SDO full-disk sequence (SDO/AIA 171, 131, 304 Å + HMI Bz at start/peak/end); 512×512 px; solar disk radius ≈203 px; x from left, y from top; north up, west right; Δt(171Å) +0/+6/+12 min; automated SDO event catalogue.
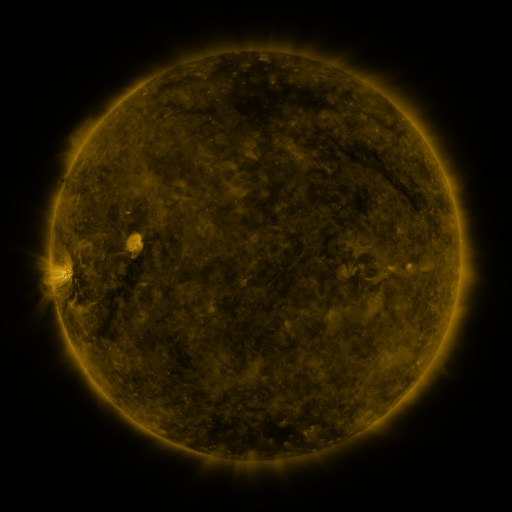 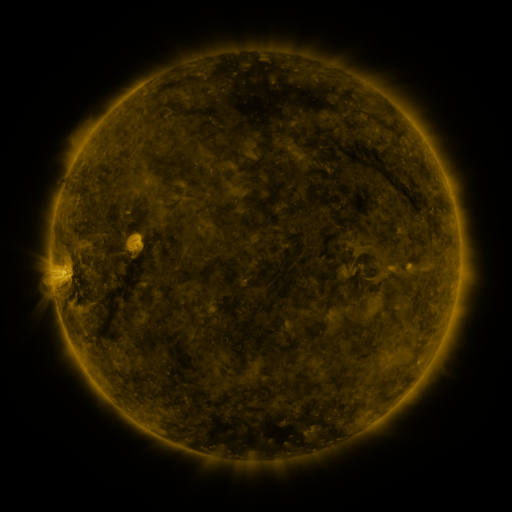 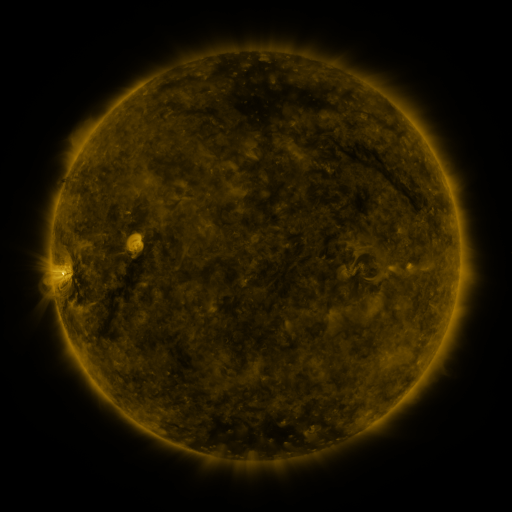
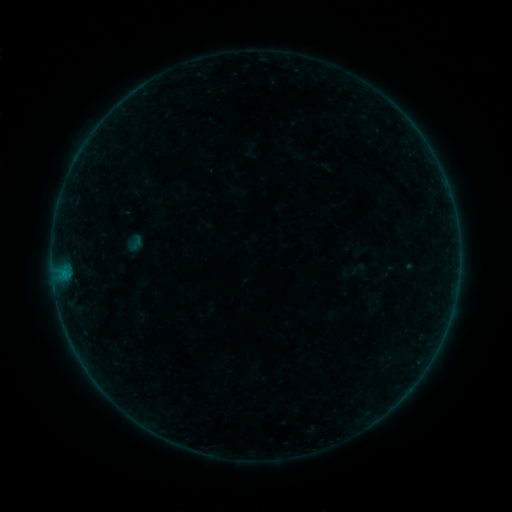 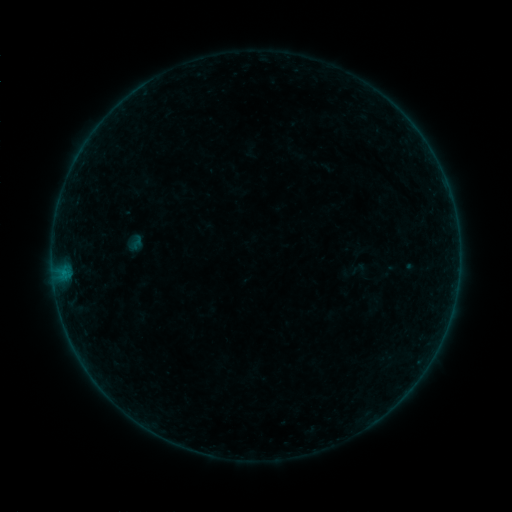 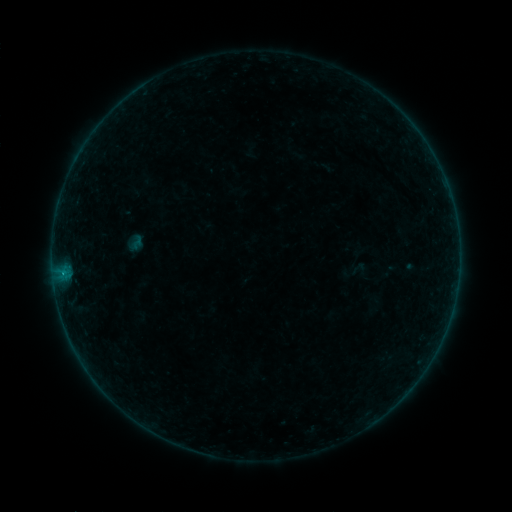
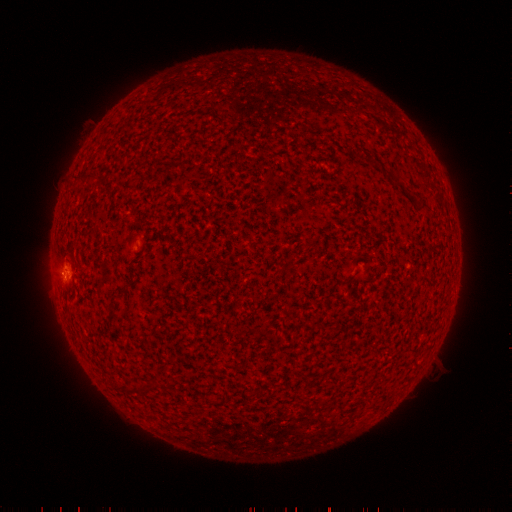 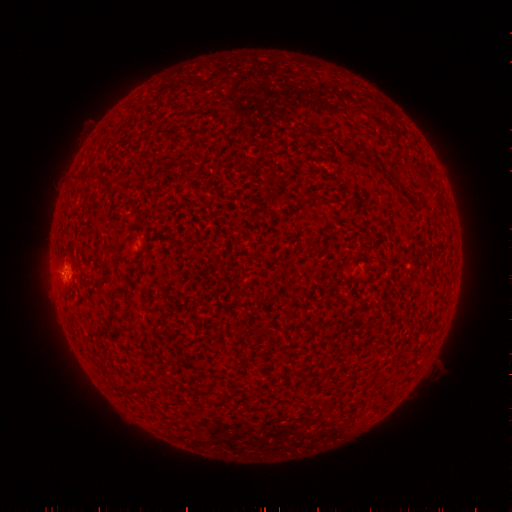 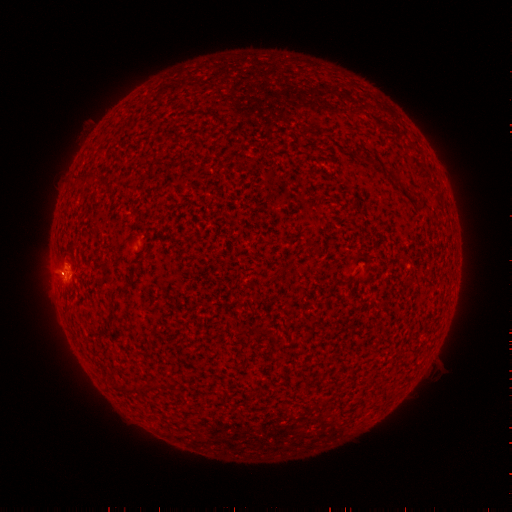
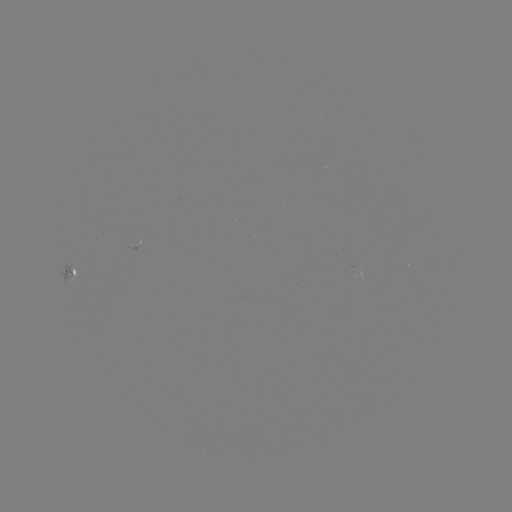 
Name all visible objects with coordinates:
B1.4 flare: (62, 270)
